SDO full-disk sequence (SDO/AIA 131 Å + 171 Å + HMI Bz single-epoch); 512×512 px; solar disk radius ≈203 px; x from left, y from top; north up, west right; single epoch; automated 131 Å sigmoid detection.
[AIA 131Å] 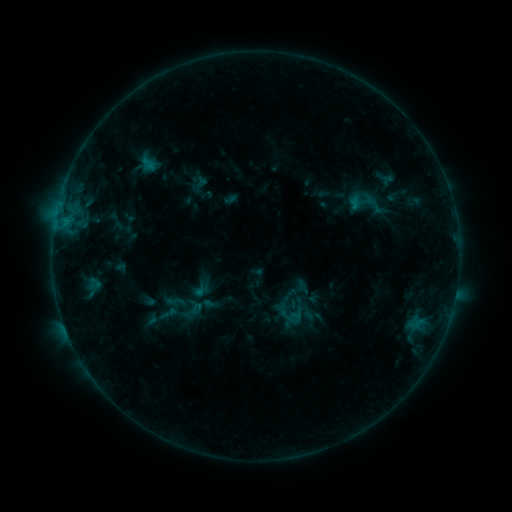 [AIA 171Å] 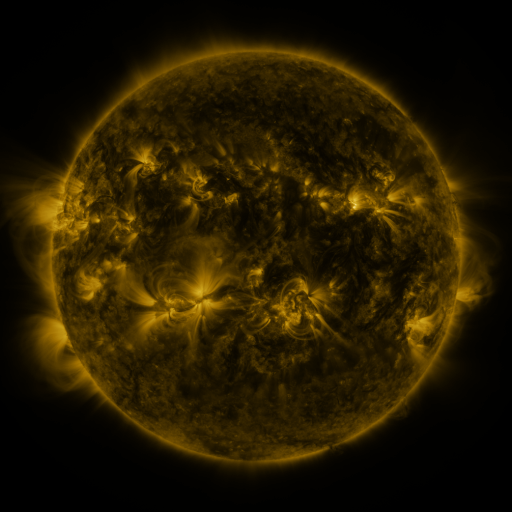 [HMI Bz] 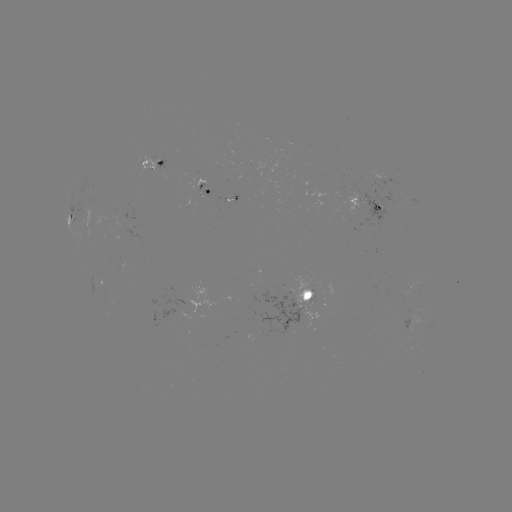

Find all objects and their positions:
sigmoid: (370, 203)
sigmoid: (175, 301)
